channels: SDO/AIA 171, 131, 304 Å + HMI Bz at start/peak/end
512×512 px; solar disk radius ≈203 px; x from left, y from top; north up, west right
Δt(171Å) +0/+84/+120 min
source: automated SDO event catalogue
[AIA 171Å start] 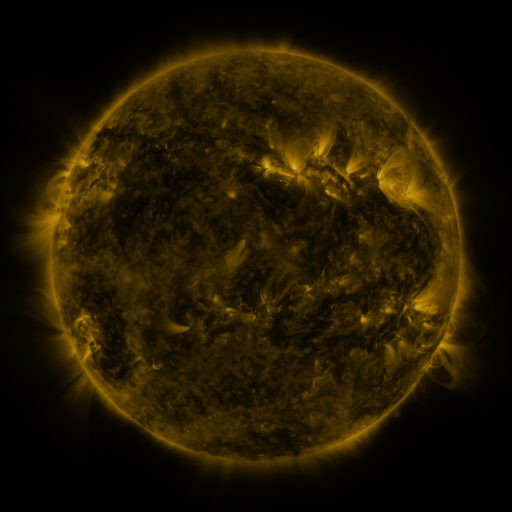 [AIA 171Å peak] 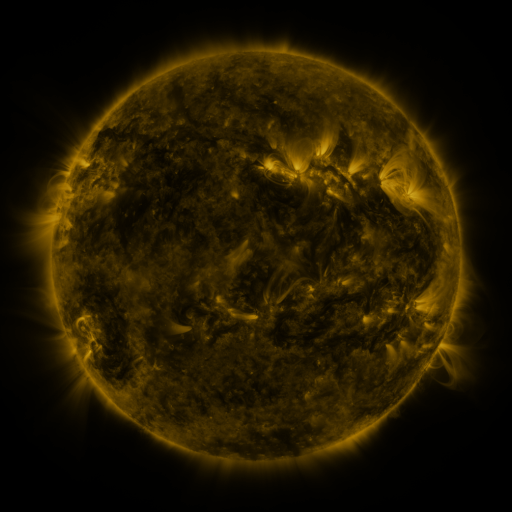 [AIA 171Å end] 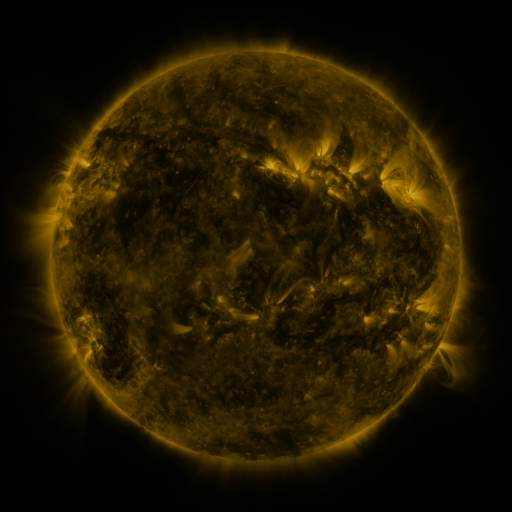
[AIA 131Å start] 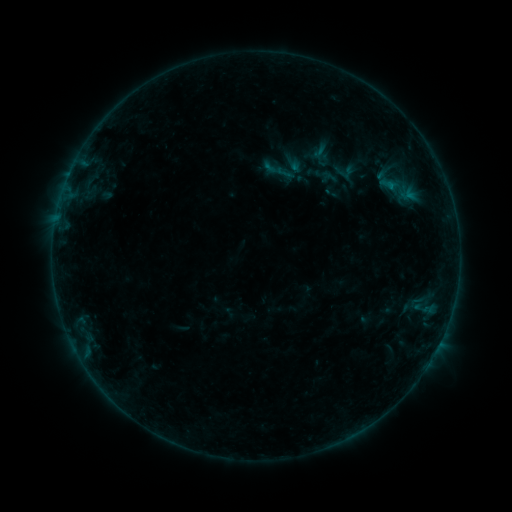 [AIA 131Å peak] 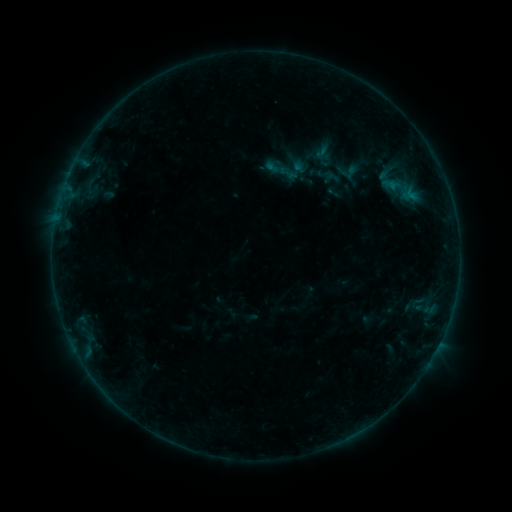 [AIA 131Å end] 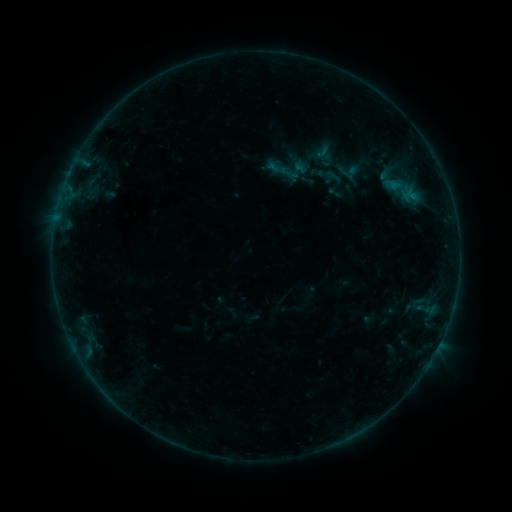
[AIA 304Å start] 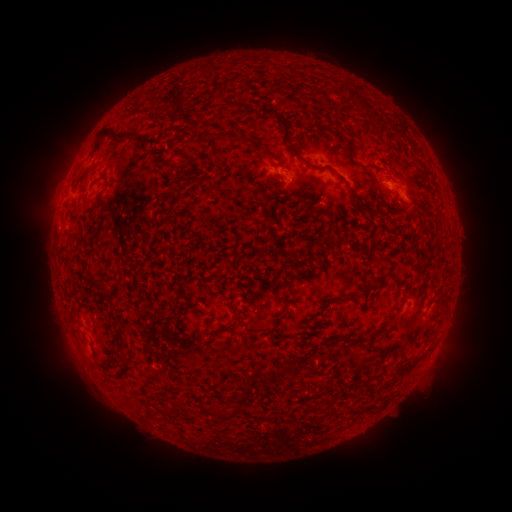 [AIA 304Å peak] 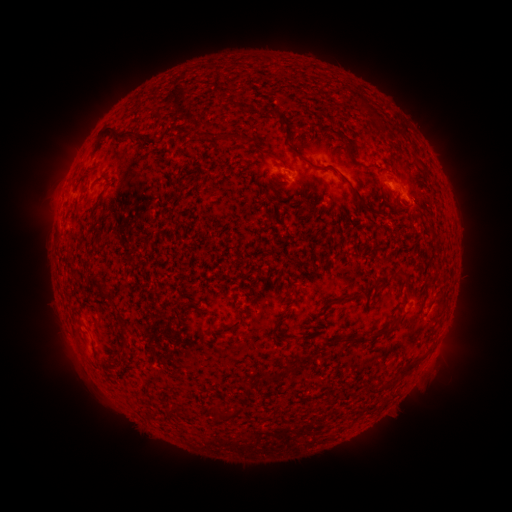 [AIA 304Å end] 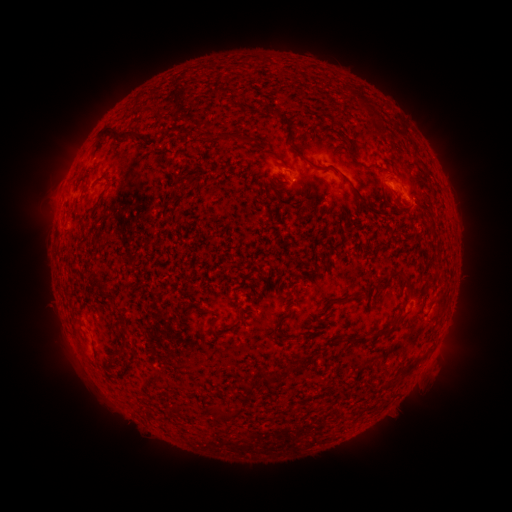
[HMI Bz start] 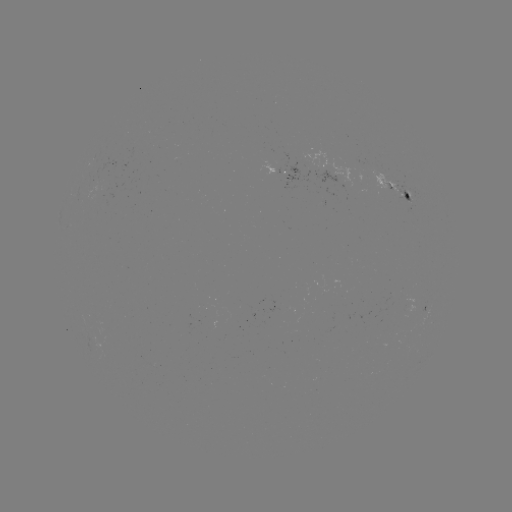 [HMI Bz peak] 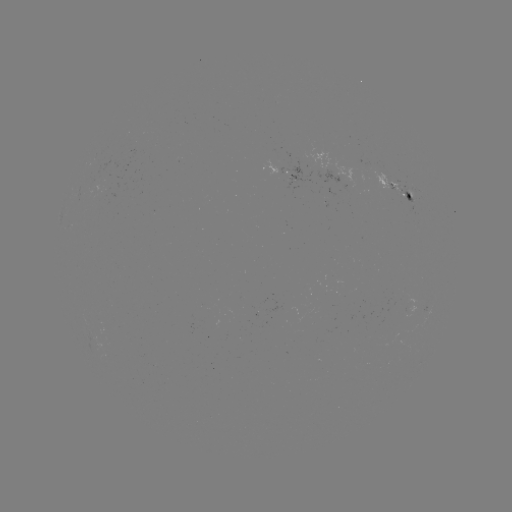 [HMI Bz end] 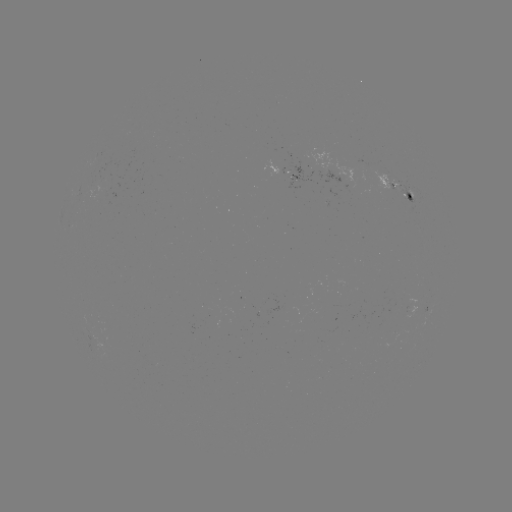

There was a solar emerging-flux region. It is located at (106, 189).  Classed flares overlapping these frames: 1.